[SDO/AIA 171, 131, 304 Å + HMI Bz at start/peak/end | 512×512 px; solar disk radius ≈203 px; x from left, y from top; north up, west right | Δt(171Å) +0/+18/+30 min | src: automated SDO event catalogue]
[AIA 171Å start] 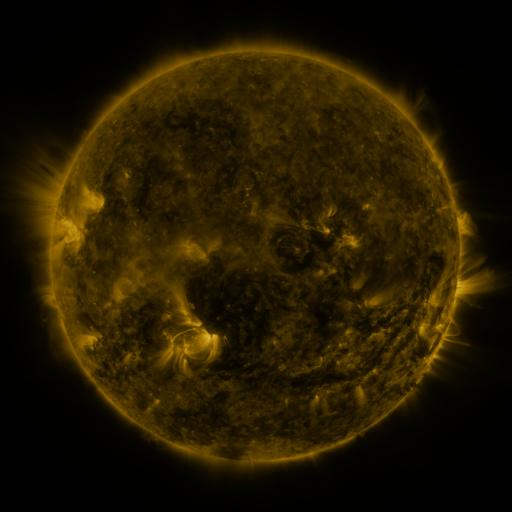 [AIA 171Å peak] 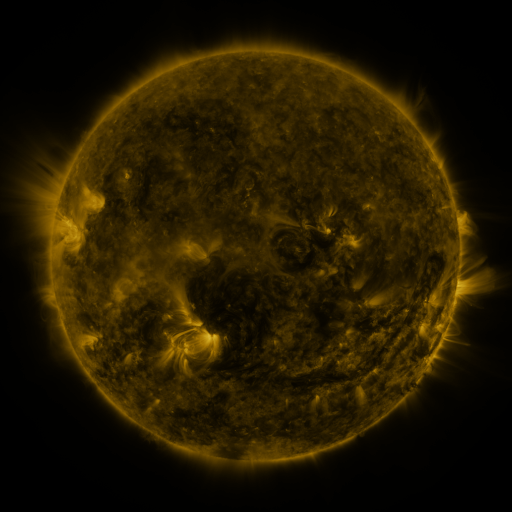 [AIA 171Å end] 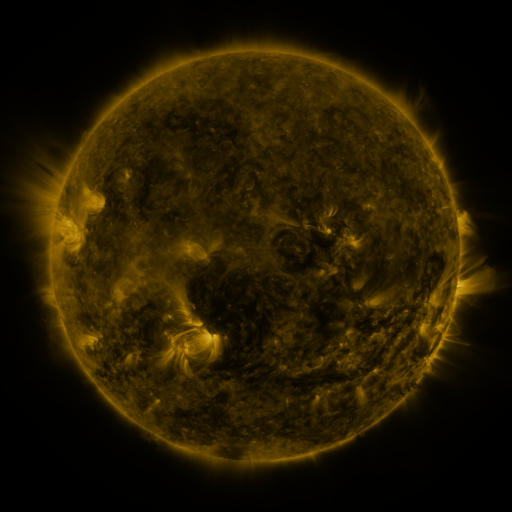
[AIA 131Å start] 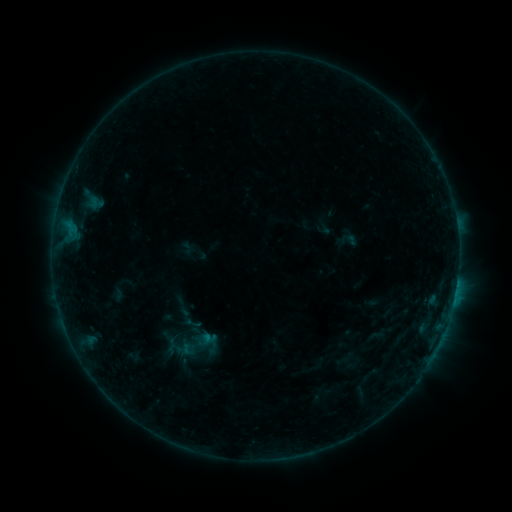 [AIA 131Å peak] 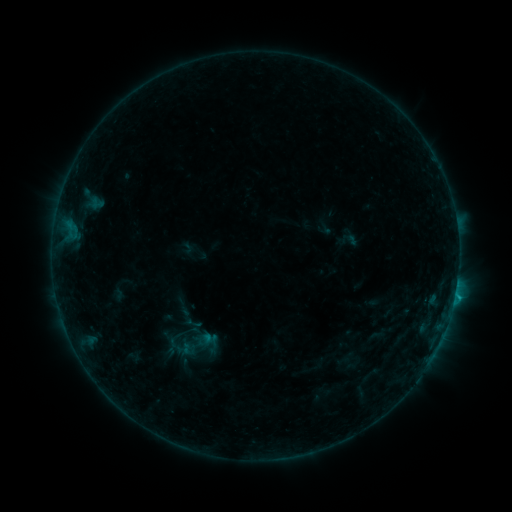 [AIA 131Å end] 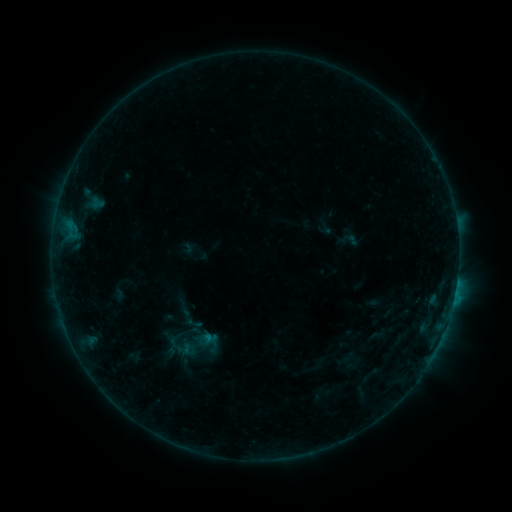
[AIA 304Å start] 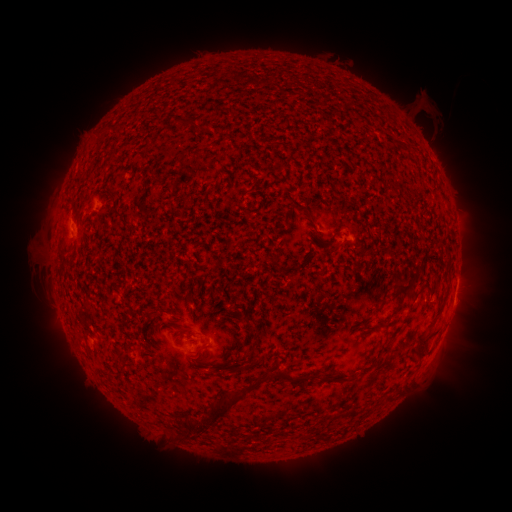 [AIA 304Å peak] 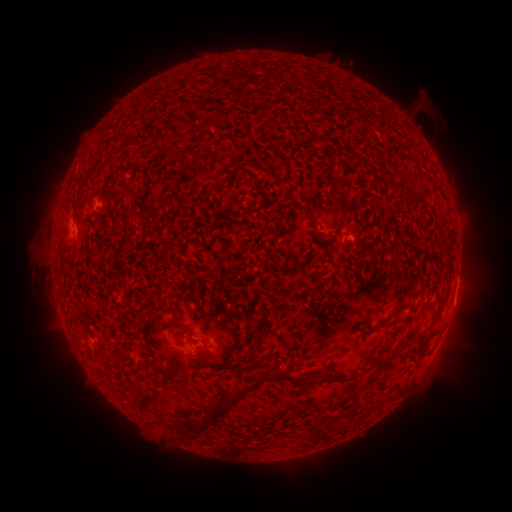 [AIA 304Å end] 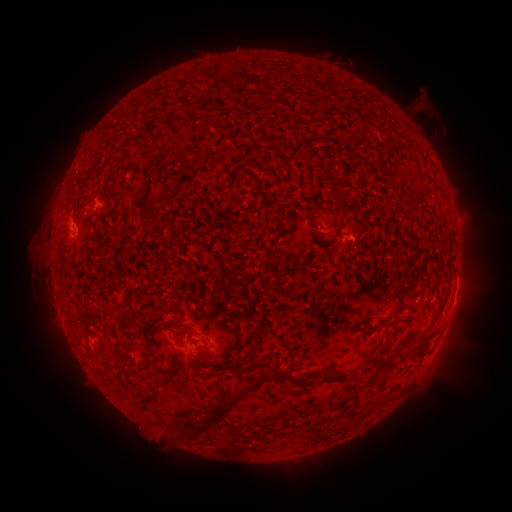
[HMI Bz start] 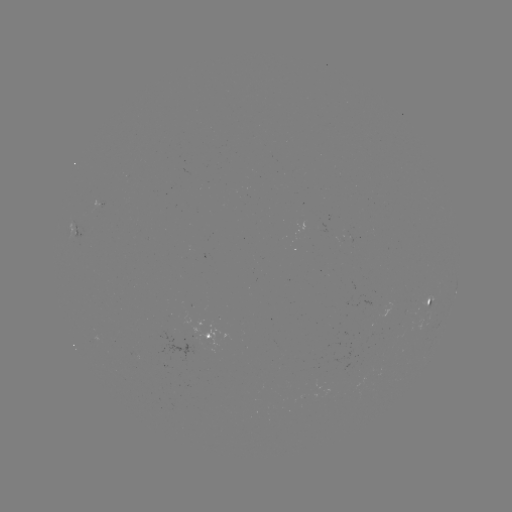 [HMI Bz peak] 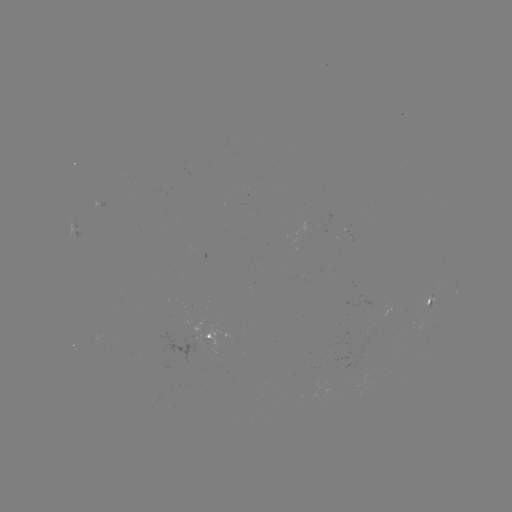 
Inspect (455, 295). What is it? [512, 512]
B5.8 flare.